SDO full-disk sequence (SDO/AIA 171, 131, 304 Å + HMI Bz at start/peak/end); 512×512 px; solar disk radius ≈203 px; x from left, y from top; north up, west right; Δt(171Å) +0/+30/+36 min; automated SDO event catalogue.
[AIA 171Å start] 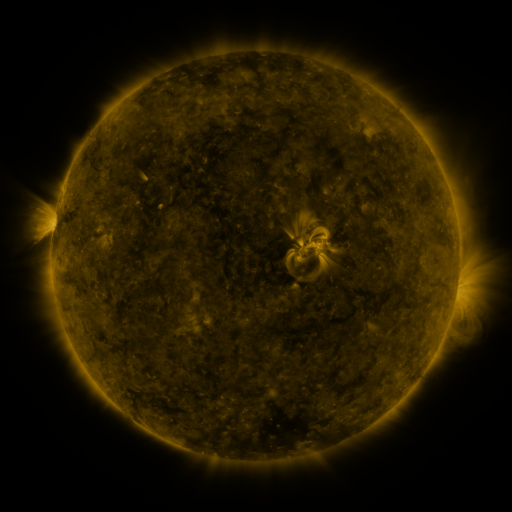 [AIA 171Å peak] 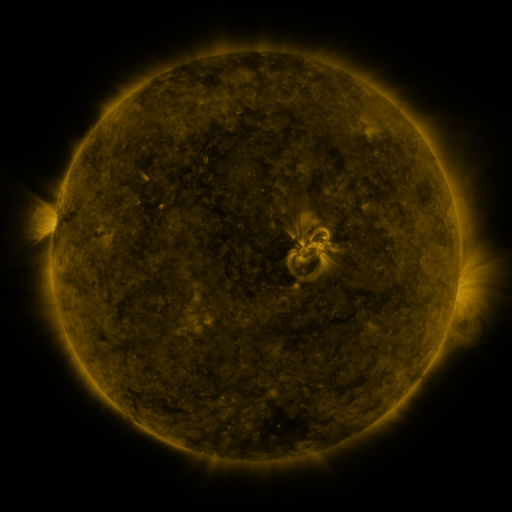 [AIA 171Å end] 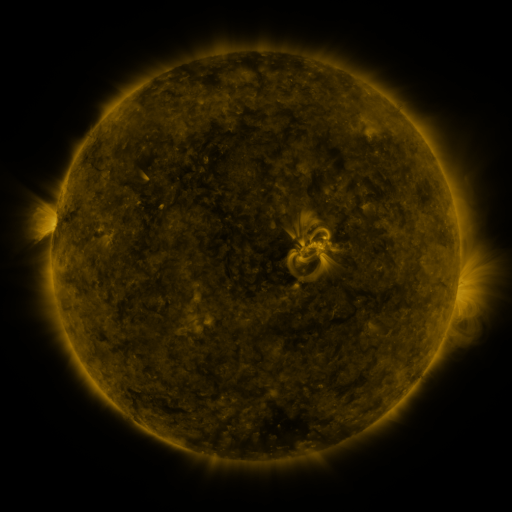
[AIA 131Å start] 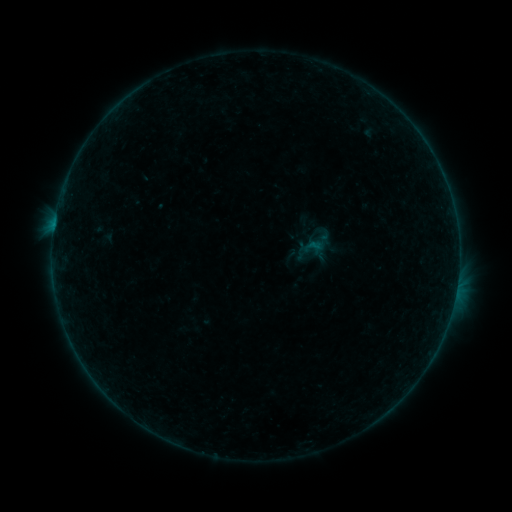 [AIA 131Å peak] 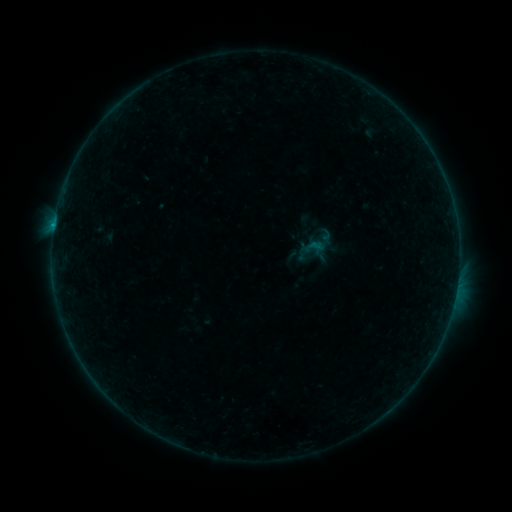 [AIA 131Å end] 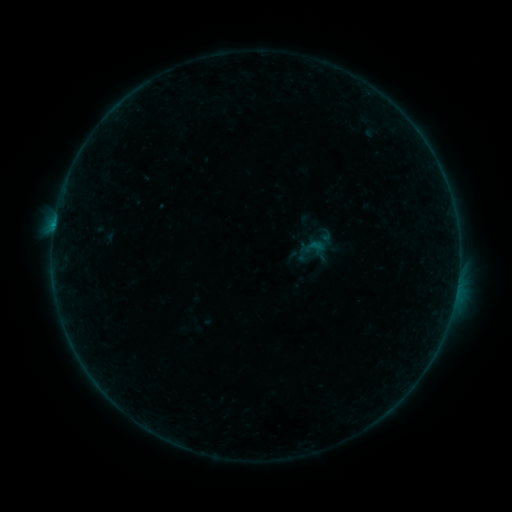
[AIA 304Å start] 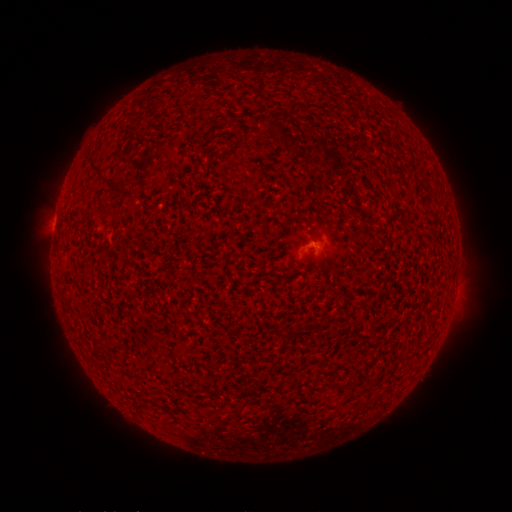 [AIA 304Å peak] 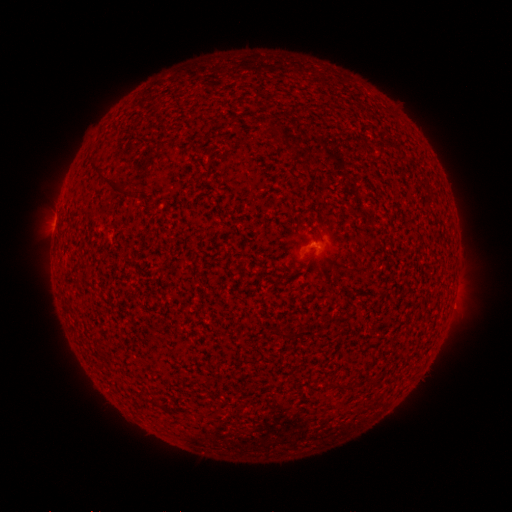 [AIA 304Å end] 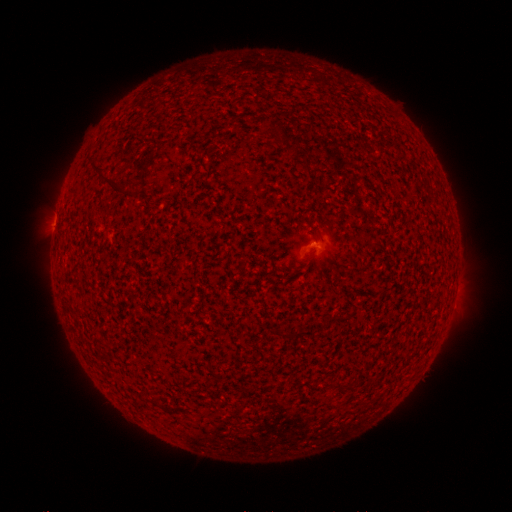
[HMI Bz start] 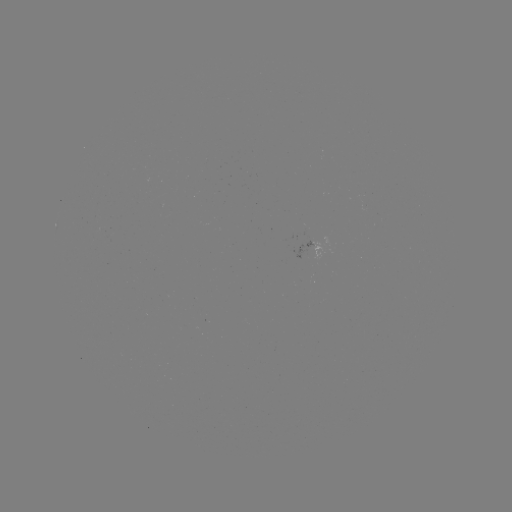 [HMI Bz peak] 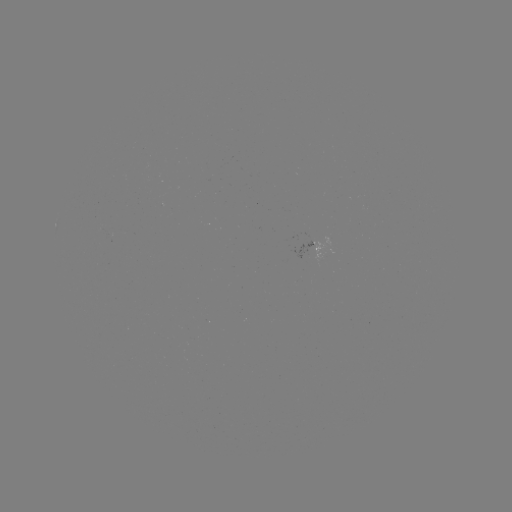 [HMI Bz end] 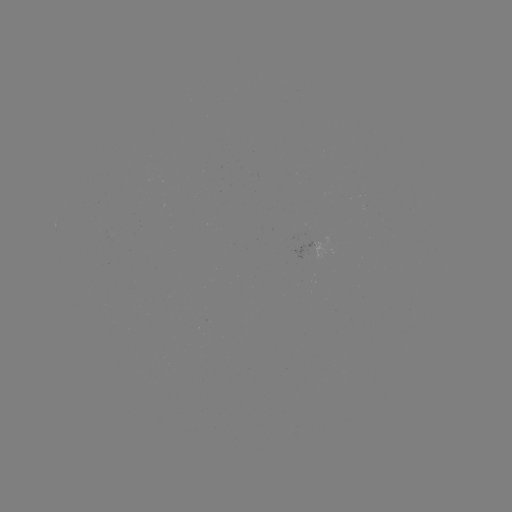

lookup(B2.3 flare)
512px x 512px (54, 227)